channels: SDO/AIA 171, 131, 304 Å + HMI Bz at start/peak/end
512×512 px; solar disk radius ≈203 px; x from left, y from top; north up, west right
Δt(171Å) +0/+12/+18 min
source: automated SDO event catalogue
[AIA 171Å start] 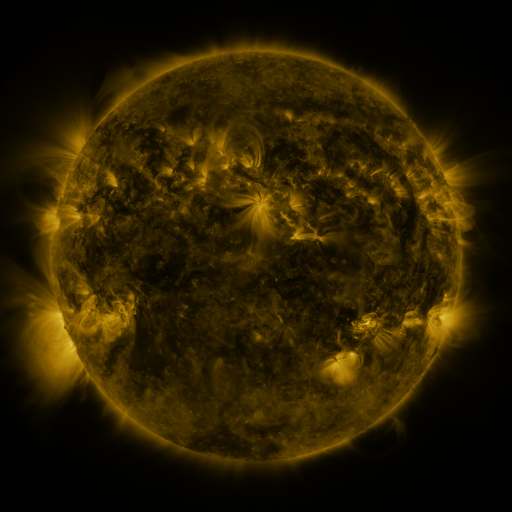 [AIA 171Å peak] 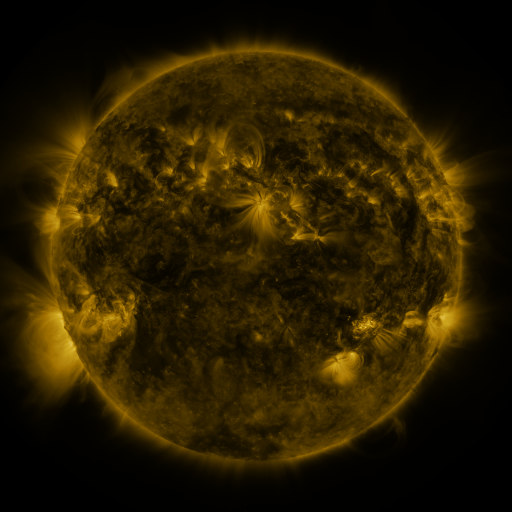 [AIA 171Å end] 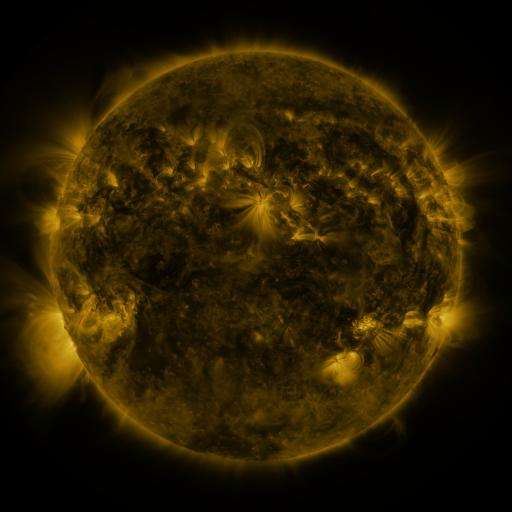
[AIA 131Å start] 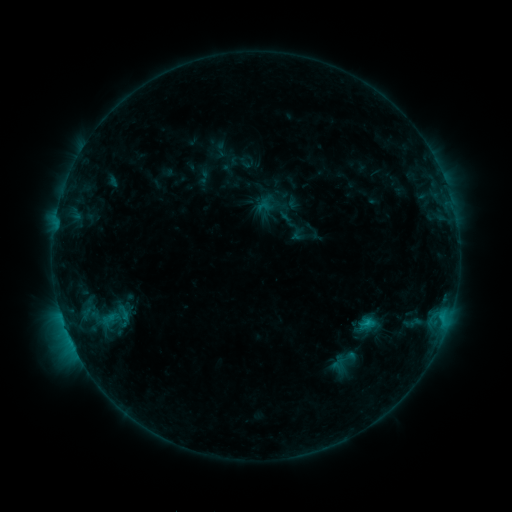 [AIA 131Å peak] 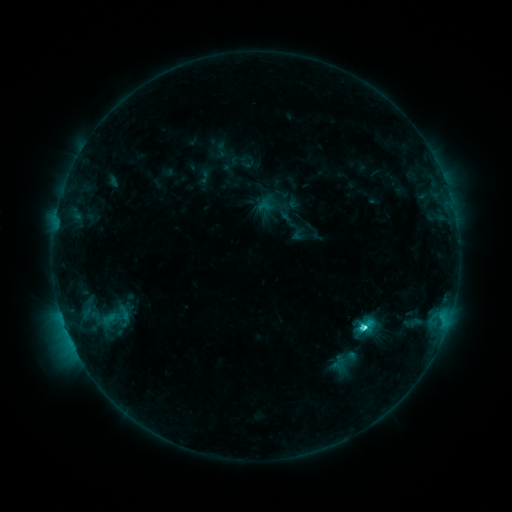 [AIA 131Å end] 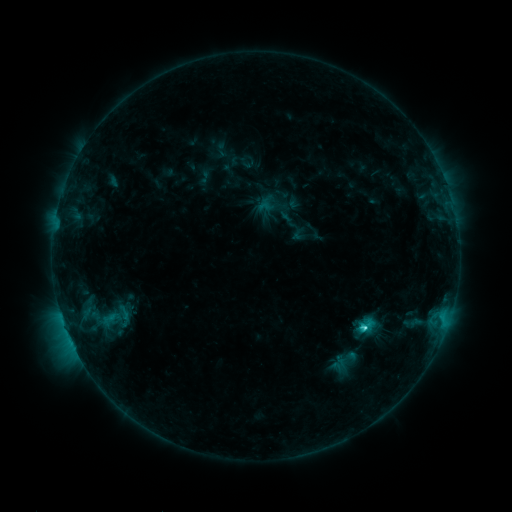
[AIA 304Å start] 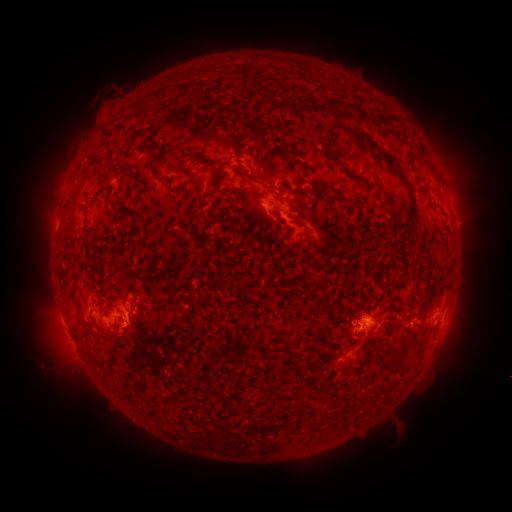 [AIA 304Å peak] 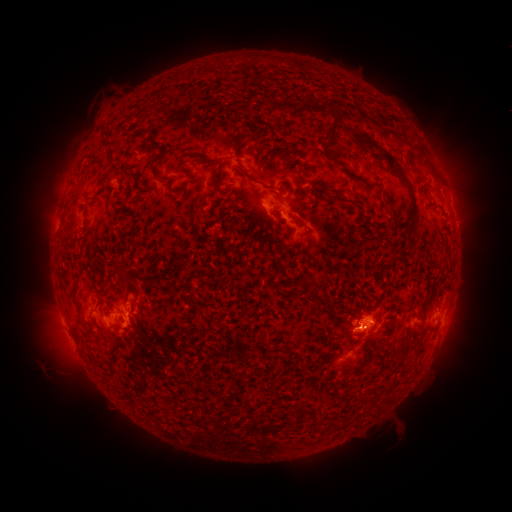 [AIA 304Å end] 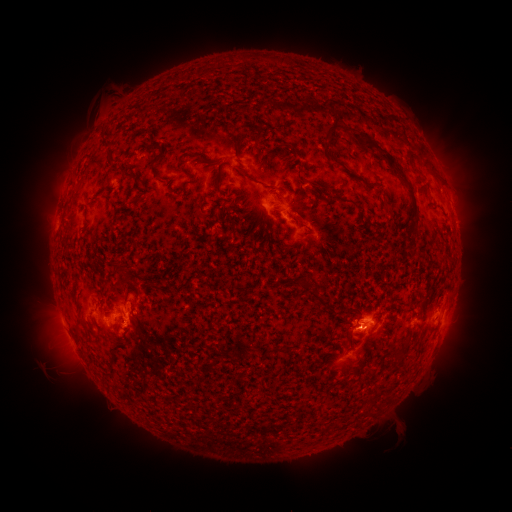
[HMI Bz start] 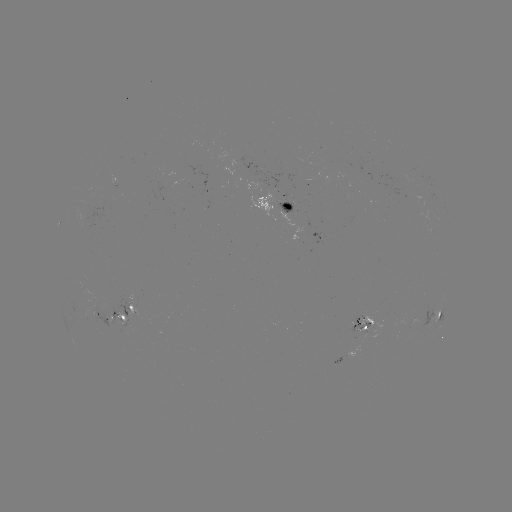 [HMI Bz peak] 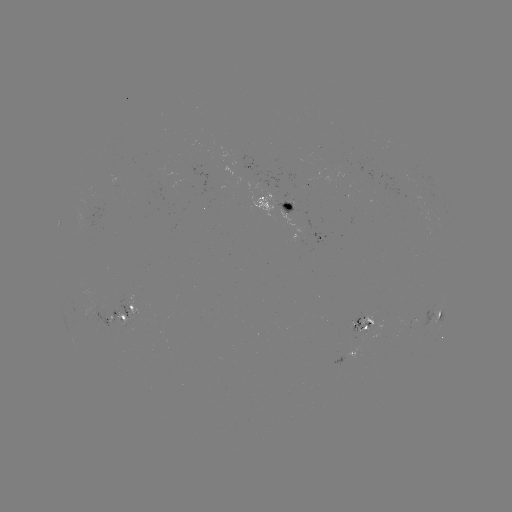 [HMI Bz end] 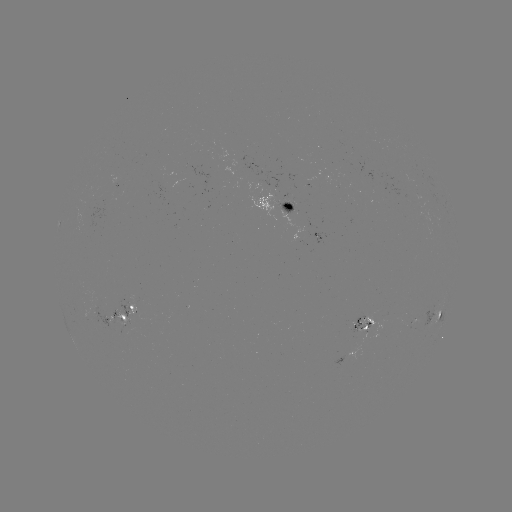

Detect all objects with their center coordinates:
C2.8 flare: (364, 326)
